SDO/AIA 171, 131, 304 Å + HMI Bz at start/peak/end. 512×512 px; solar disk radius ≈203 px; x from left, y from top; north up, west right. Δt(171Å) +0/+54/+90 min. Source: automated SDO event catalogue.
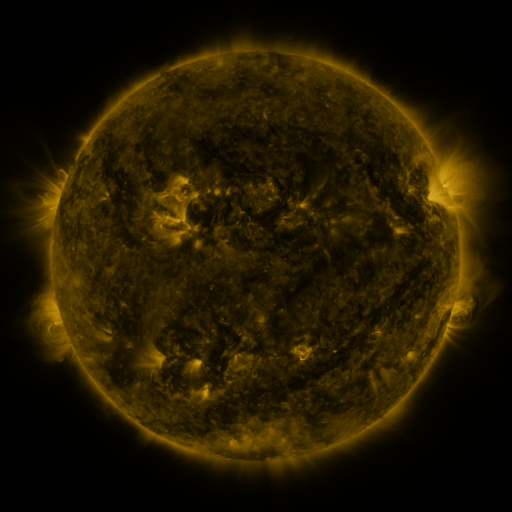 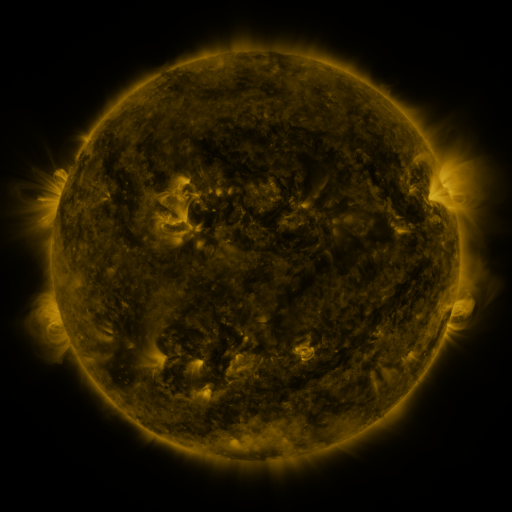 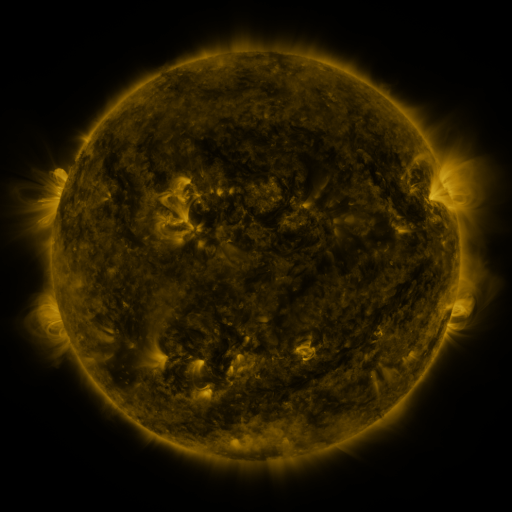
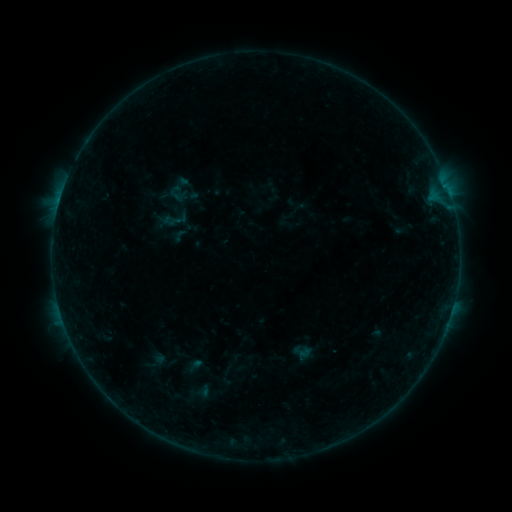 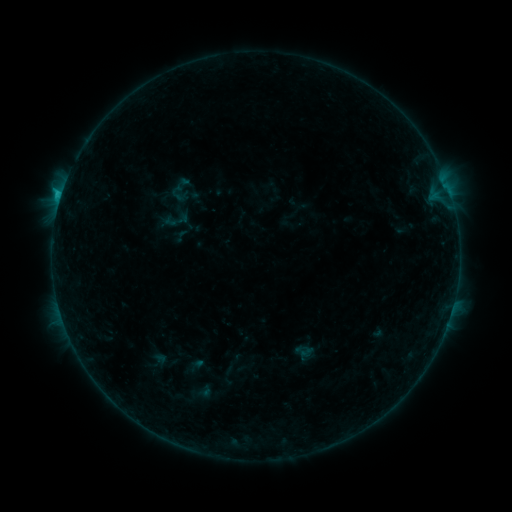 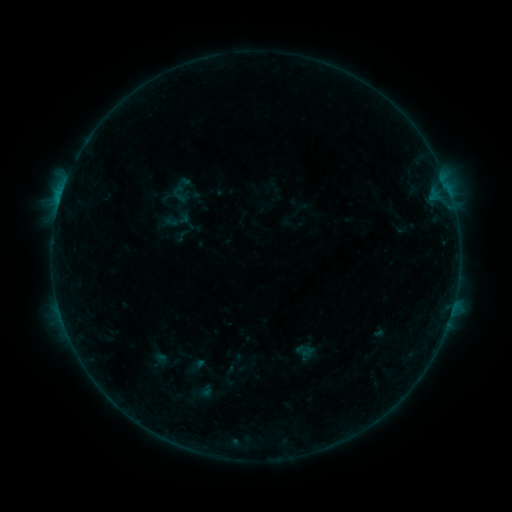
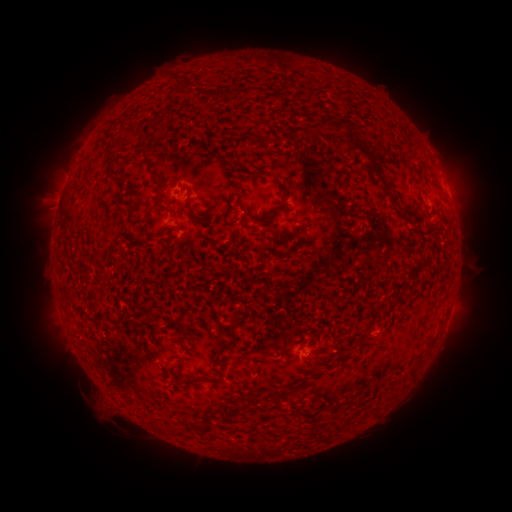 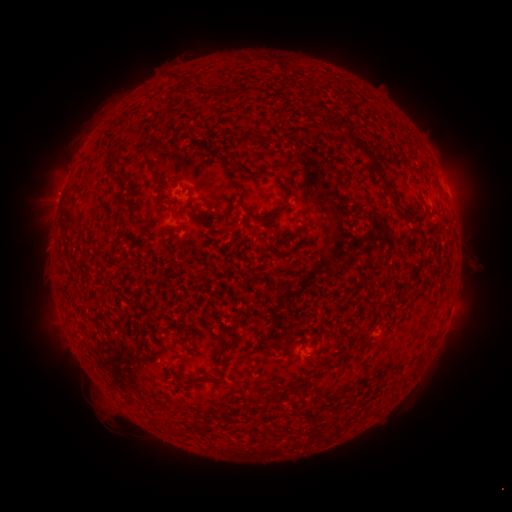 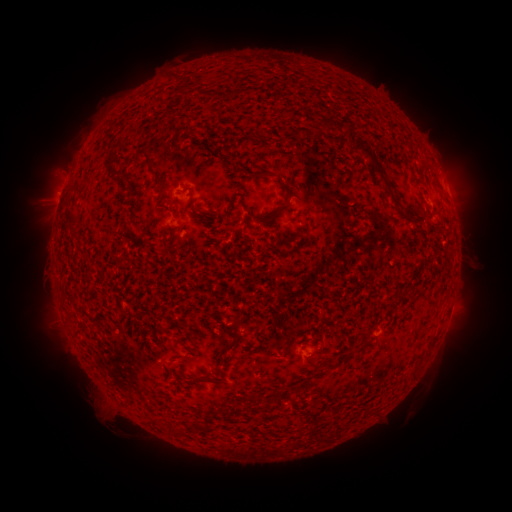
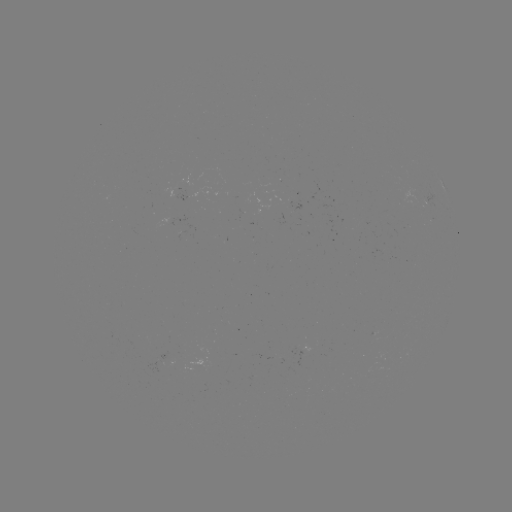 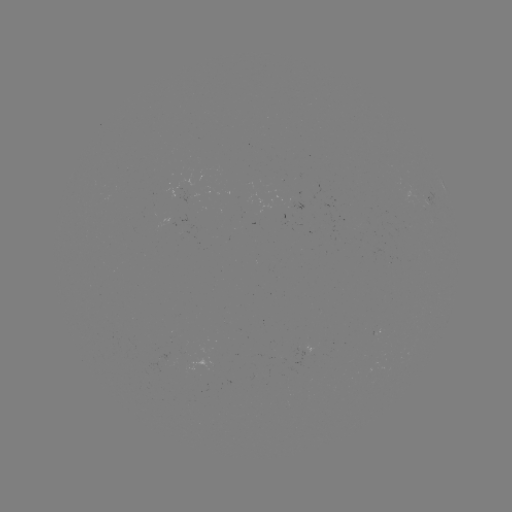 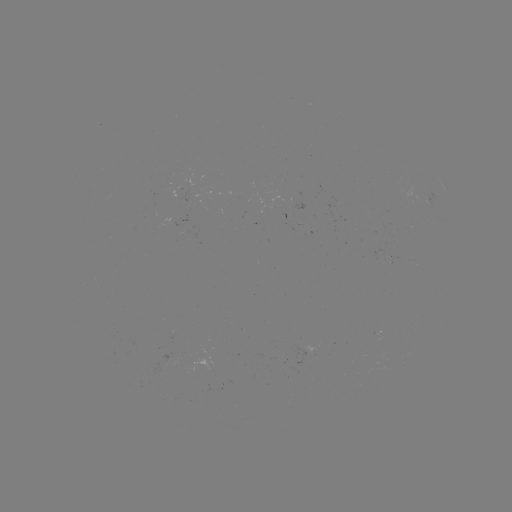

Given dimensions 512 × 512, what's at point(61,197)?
B9.2 flare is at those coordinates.